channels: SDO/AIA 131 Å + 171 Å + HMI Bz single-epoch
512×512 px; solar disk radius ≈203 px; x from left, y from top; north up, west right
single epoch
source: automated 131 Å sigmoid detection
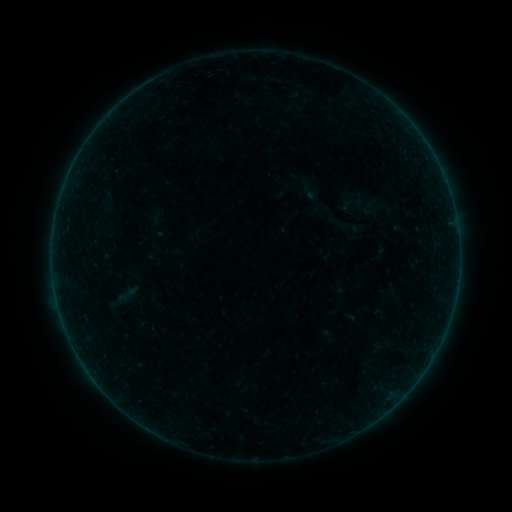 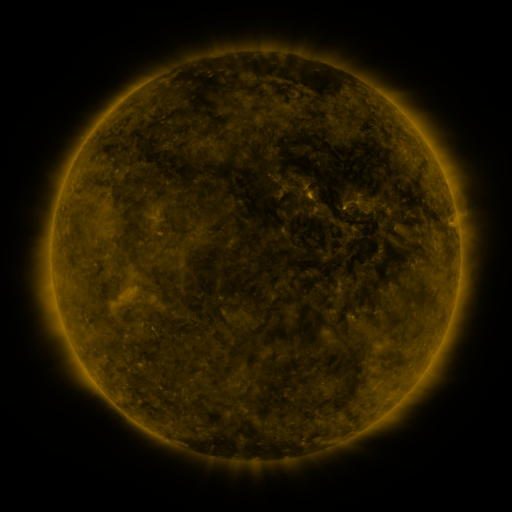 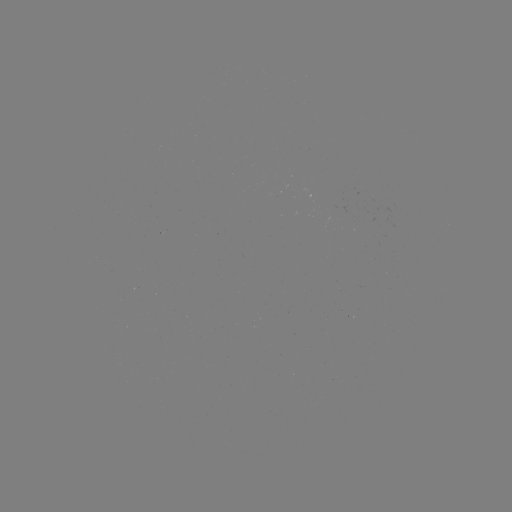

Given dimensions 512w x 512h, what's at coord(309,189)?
sigmoid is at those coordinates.